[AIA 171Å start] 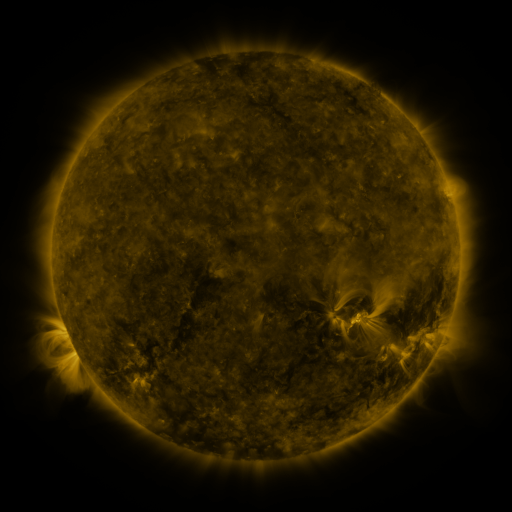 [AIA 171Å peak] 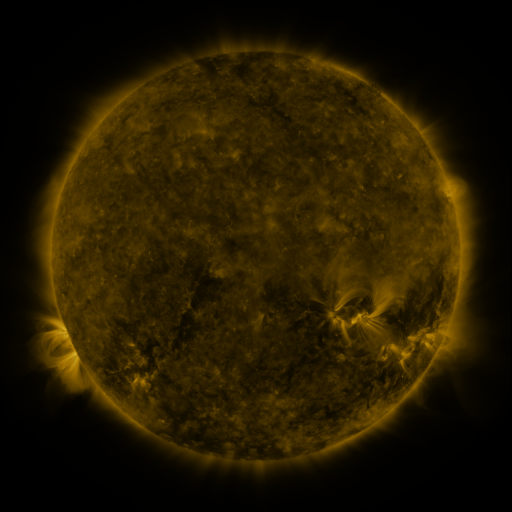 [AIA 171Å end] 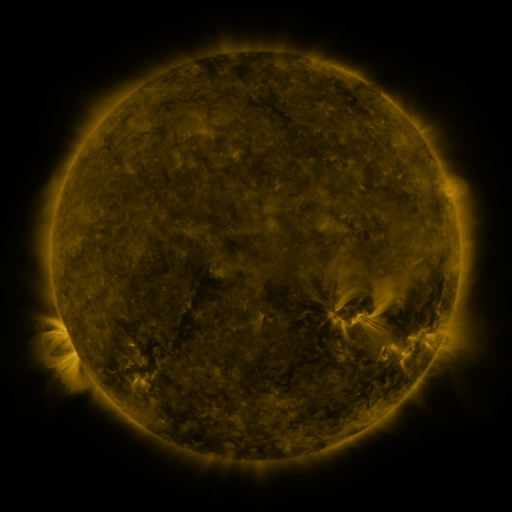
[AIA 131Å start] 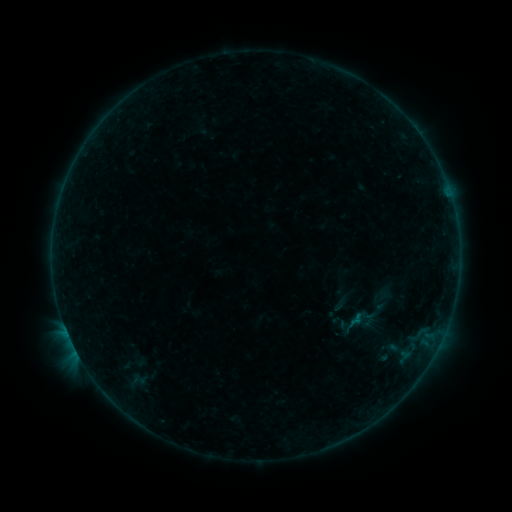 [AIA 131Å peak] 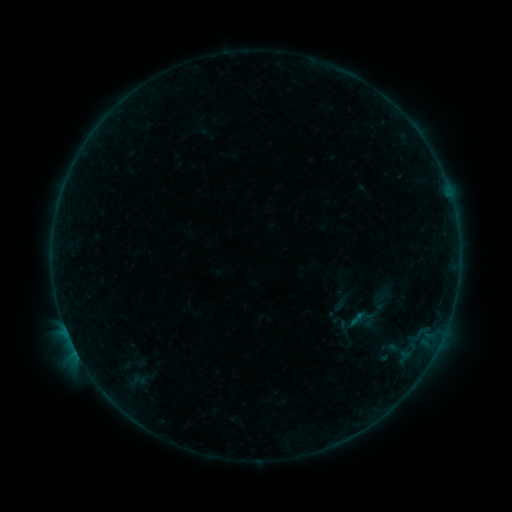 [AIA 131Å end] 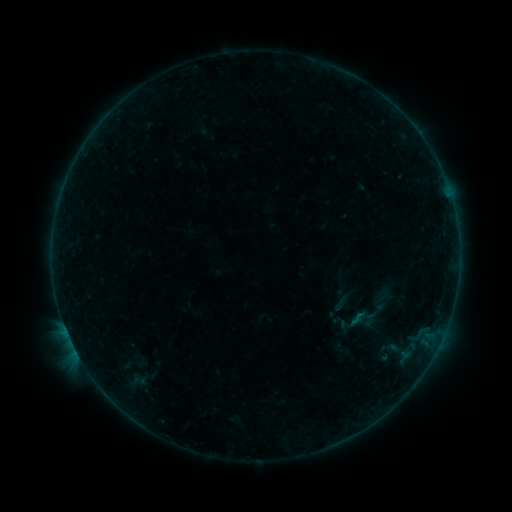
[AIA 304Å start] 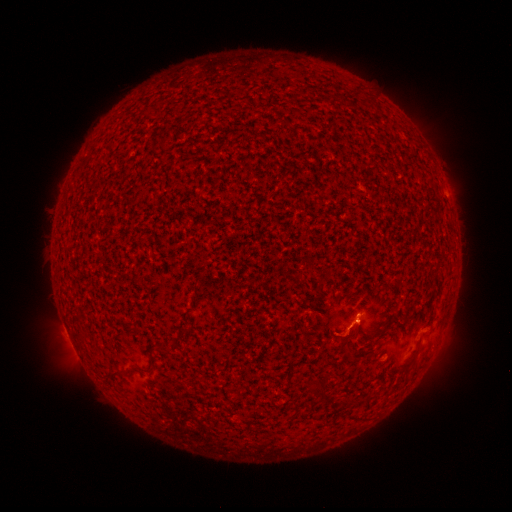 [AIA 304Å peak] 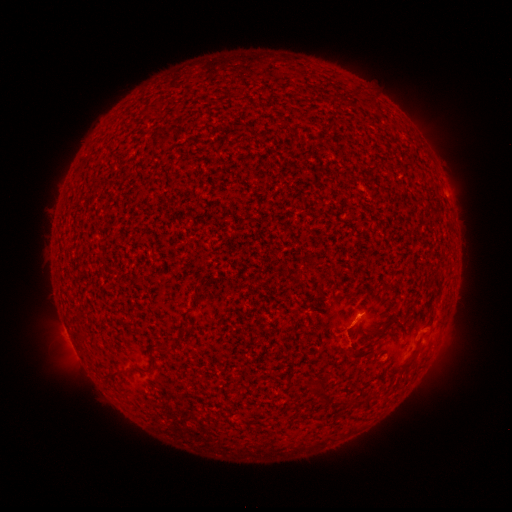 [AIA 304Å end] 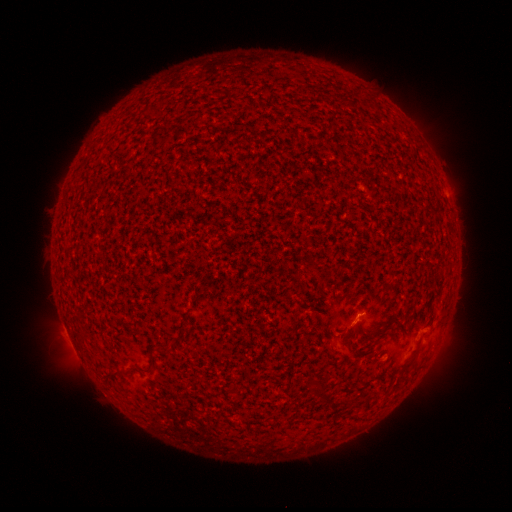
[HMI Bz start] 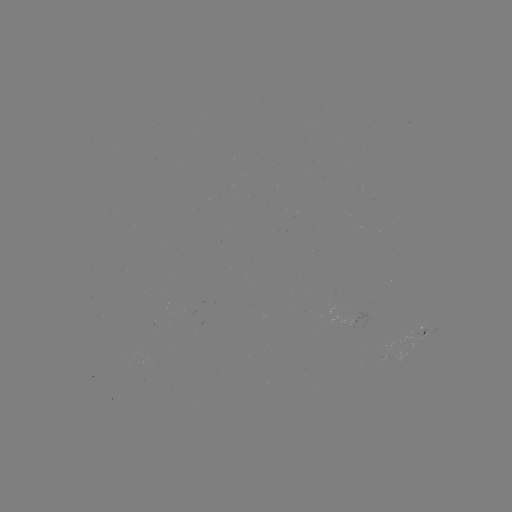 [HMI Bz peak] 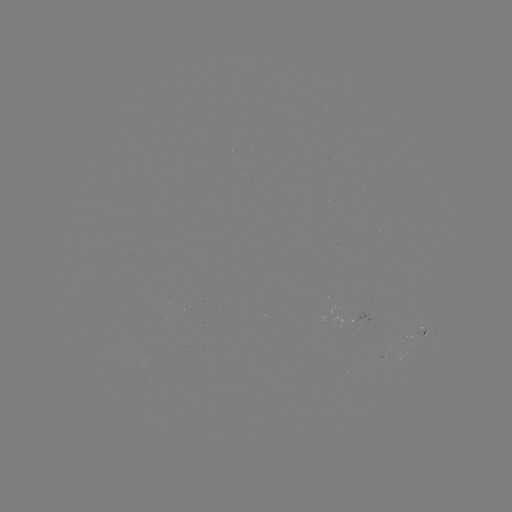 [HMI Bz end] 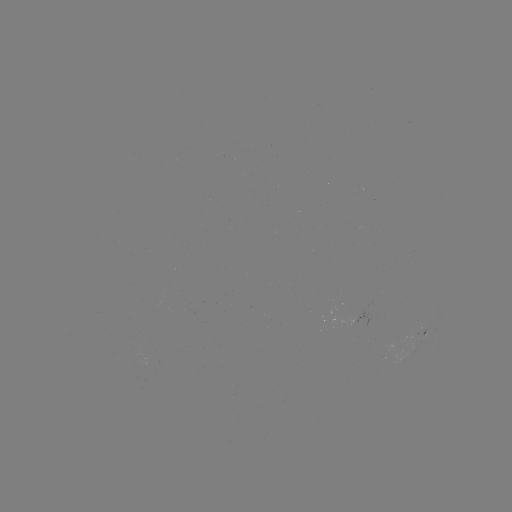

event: eruption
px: (349, 349)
